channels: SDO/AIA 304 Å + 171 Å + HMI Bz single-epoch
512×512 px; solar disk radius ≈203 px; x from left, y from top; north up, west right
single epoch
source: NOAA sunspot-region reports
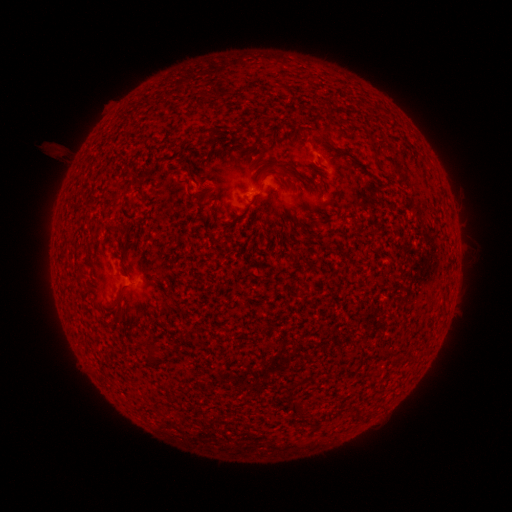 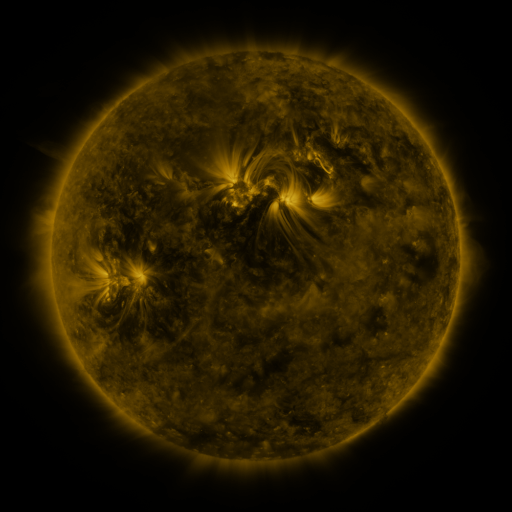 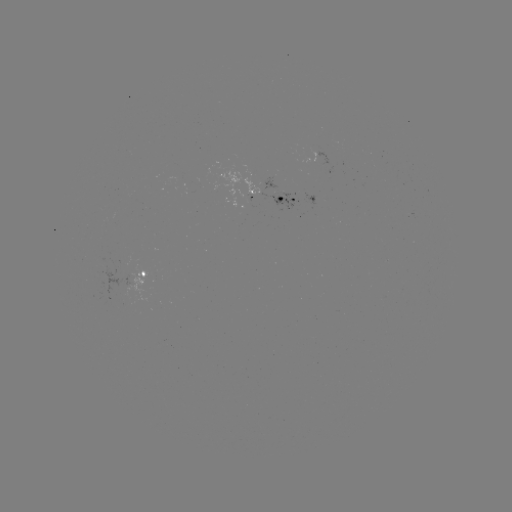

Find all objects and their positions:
spotted active region: (252, 193)
spotted active region: (287, 200)
spotted active region: (143, 270)
